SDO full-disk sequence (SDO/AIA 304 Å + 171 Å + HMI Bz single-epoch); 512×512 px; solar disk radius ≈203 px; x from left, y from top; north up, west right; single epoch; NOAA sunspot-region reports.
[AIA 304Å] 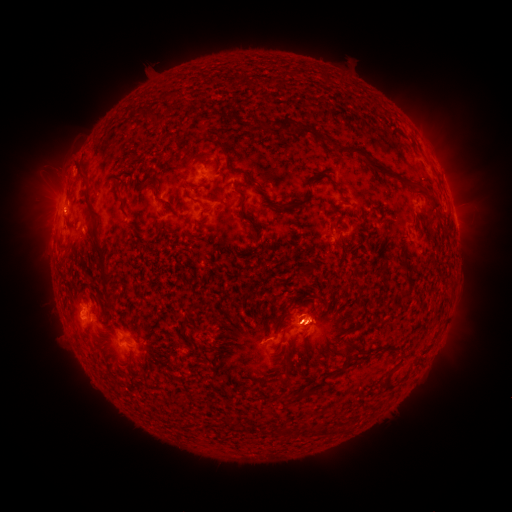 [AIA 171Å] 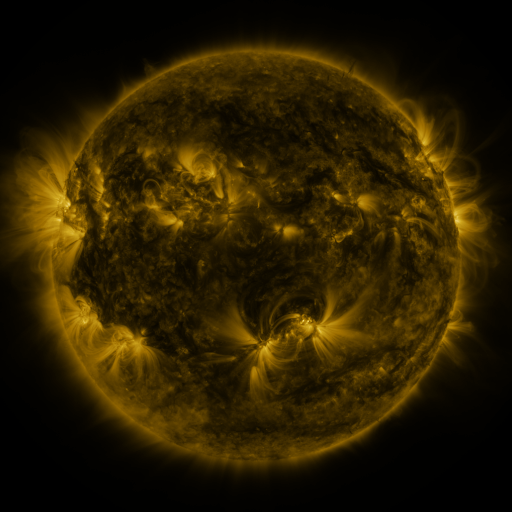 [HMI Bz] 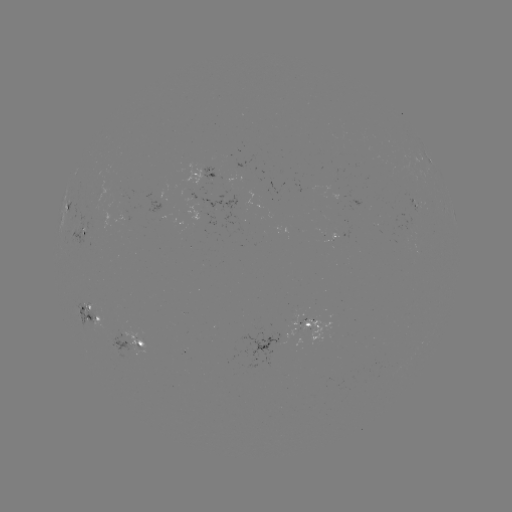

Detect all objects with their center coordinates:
spotted active region: (430, 162)
spotted active region: (205, 174)
spotted active region: (67, 209)
spotted active region: (457, 227)
spotted active region: (86, 235)
spotted active region: (338, 235)
spotted active region: (92, 313)
spotted active region: (313, 323)
spotted active region: (132, 341)
spotted active region: (269, 343)
